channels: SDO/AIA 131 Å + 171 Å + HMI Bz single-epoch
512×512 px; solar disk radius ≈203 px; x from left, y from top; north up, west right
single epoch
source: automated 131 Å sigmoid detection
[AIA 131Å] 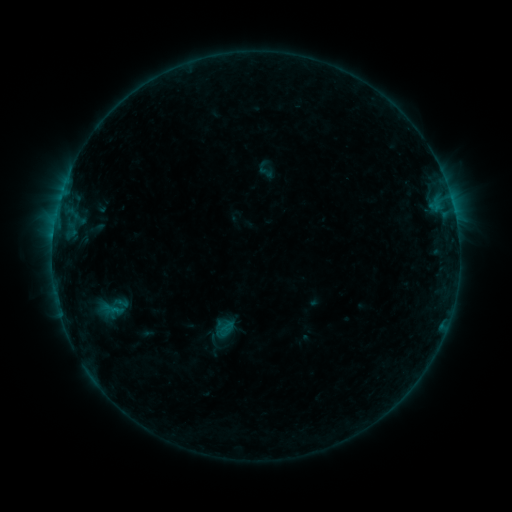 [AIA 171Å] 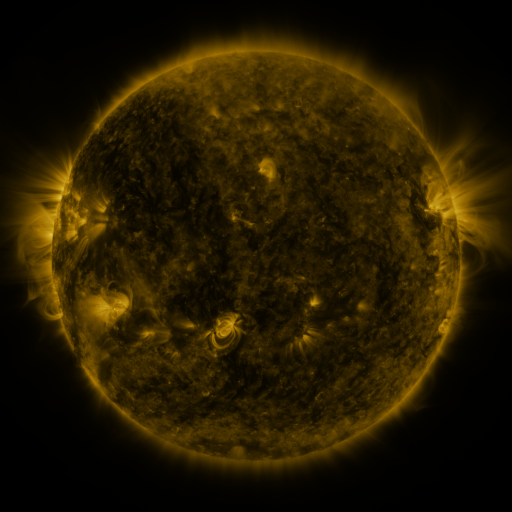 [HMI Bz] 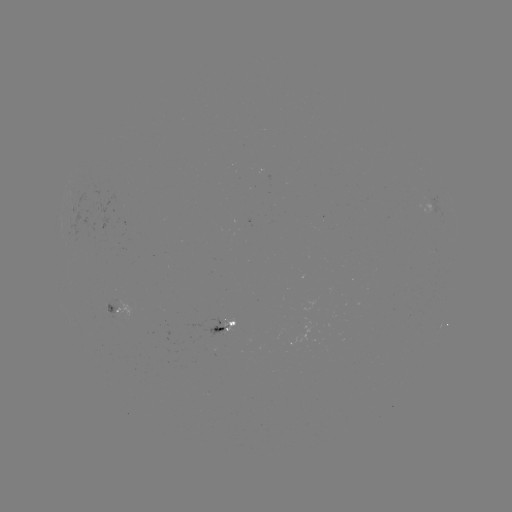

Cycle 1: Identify sigmoid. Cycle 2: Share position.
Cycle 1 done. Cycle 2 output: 265,169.